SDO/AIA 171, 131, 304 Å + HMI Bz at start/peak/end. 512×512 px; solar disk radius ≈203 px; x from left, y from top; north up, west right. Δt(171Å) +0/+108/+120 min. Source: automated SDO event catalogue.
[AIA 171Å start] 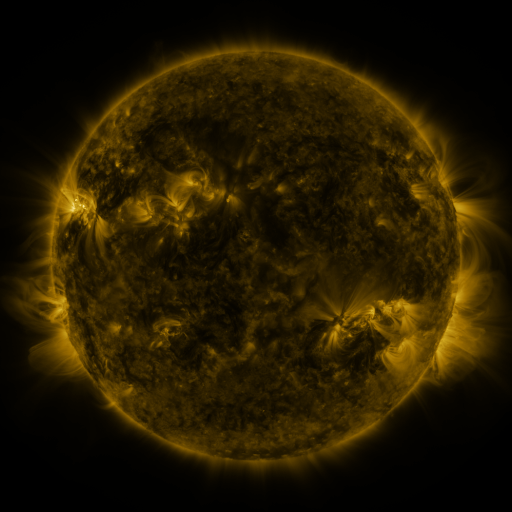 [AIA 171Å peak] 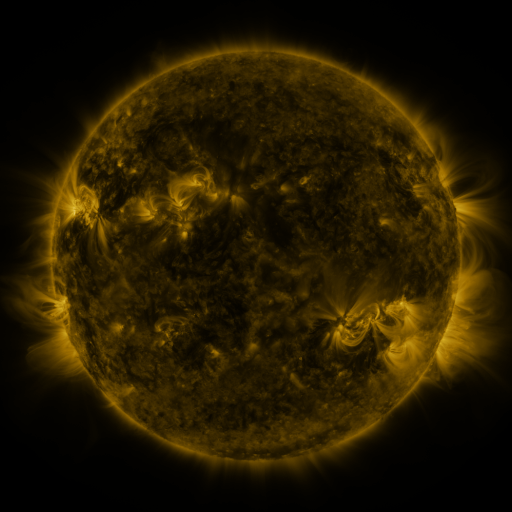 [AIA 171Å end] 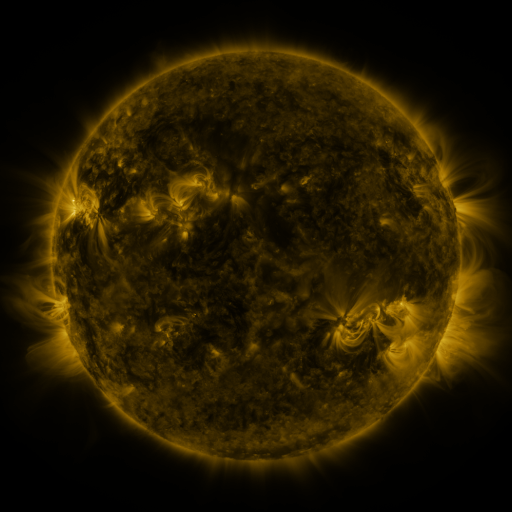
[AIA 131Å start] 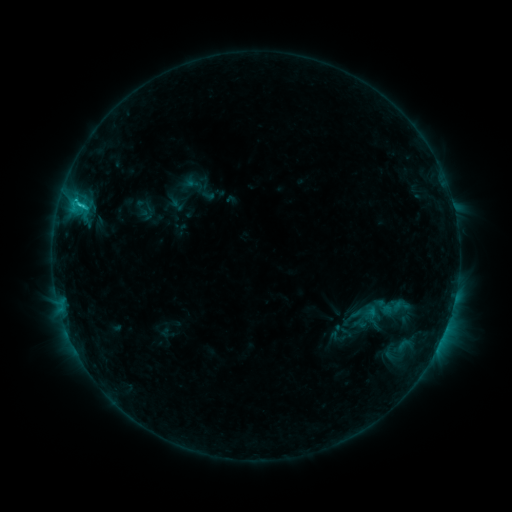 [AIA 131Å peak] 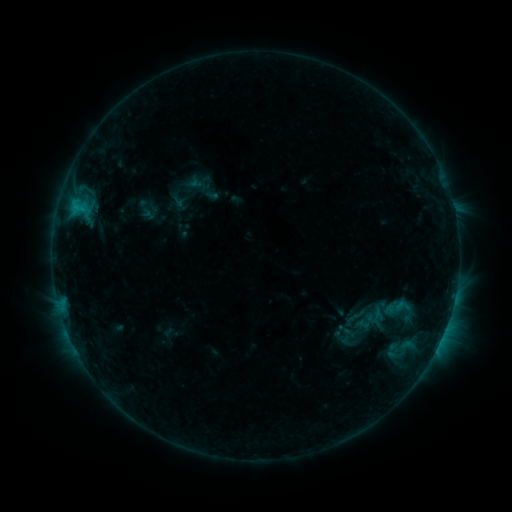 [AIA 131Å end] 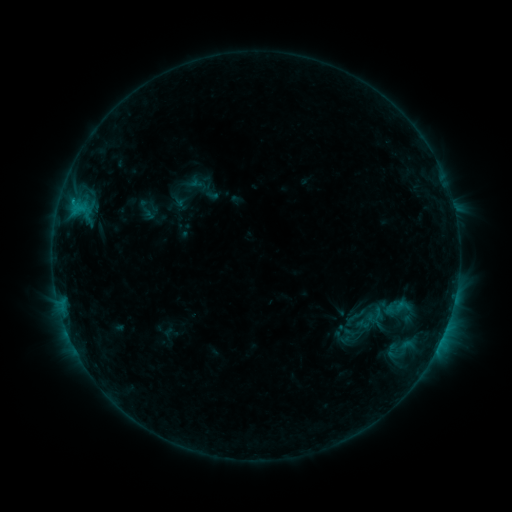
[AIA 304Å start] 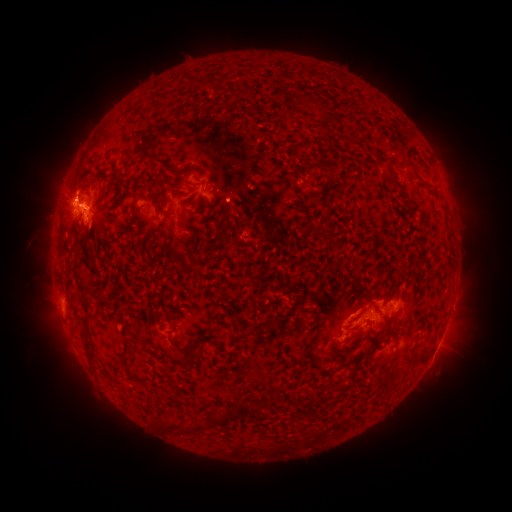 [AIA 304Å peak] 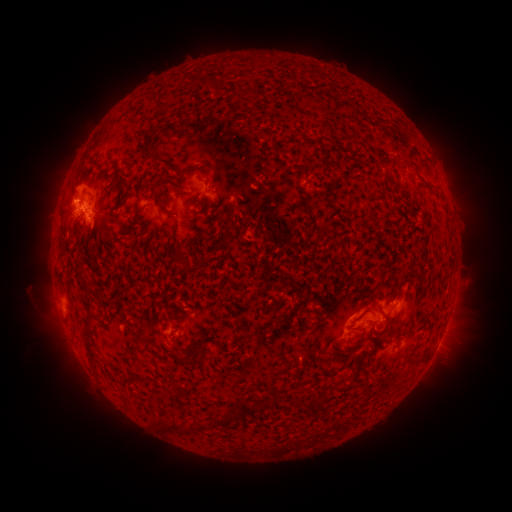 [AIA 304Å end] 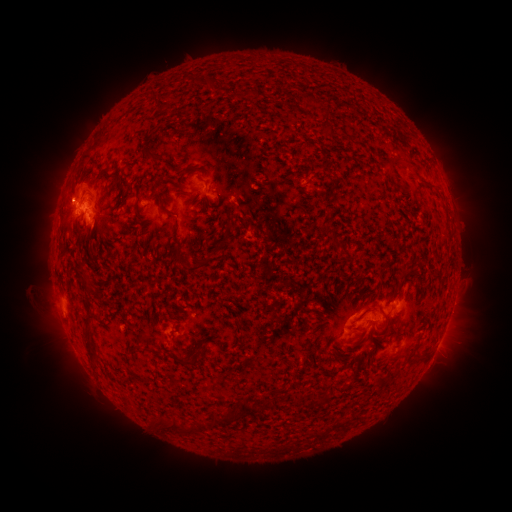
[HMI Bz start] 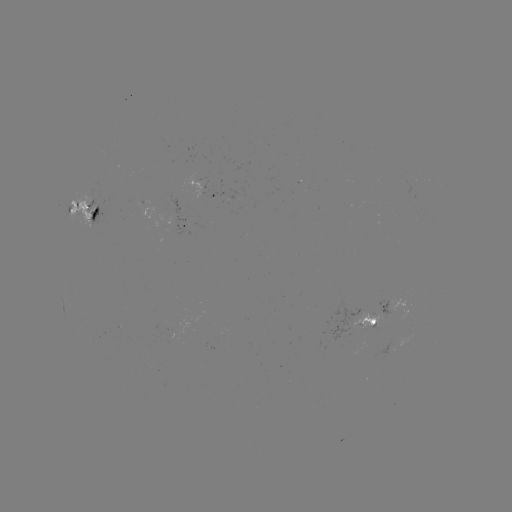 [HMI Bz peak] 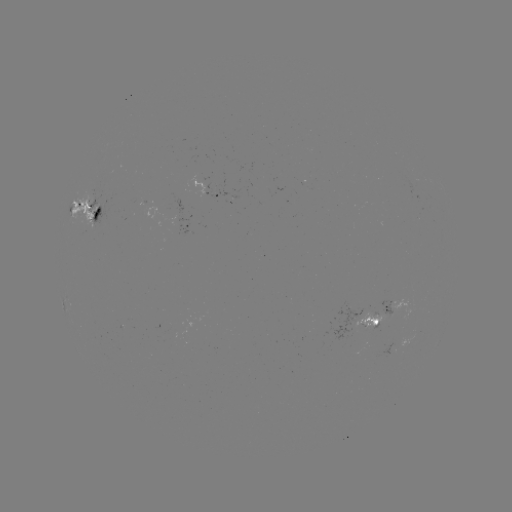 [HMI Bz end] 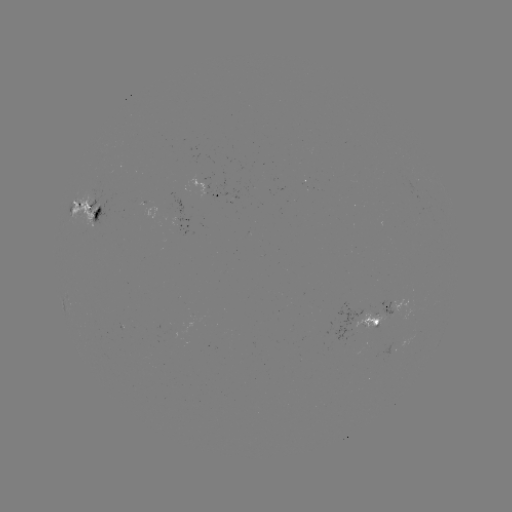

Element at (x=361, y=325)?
emerging-flux region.